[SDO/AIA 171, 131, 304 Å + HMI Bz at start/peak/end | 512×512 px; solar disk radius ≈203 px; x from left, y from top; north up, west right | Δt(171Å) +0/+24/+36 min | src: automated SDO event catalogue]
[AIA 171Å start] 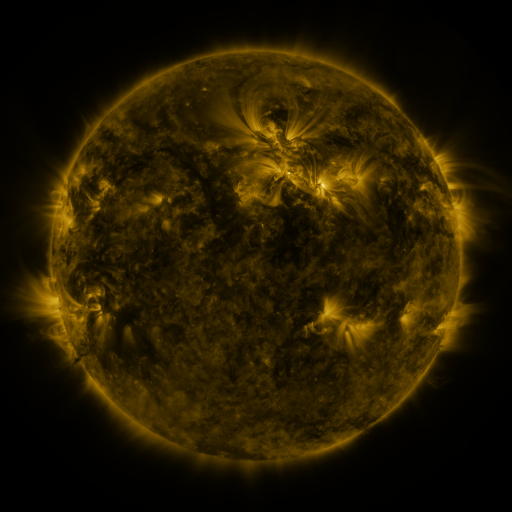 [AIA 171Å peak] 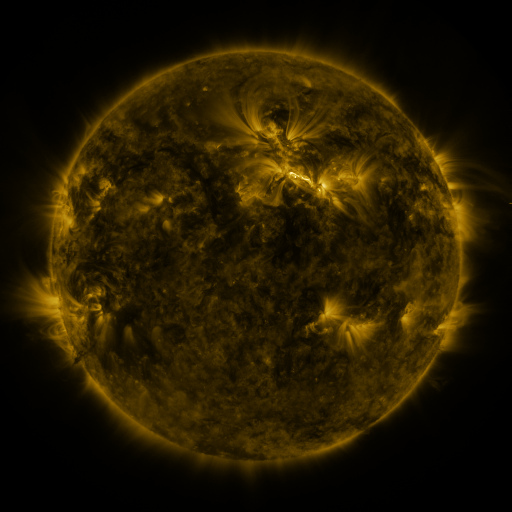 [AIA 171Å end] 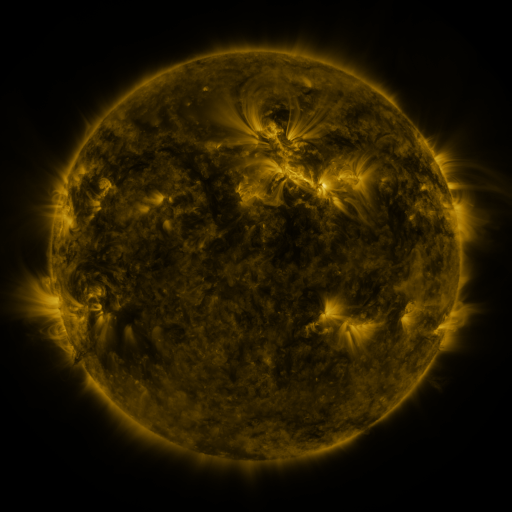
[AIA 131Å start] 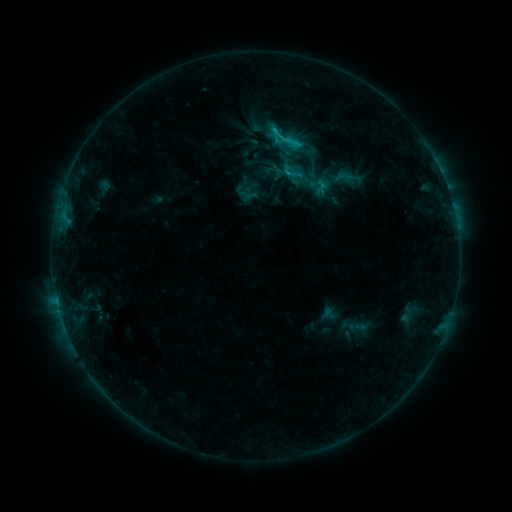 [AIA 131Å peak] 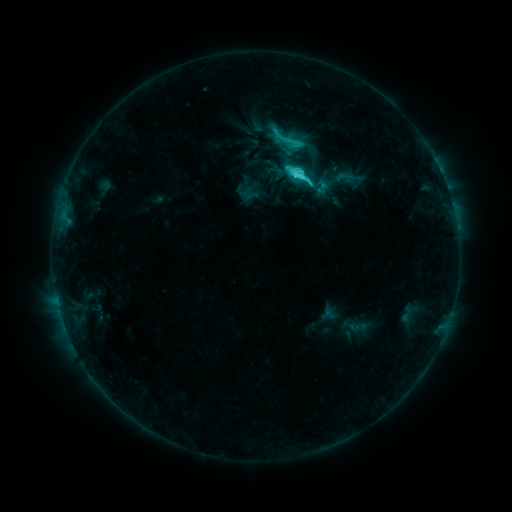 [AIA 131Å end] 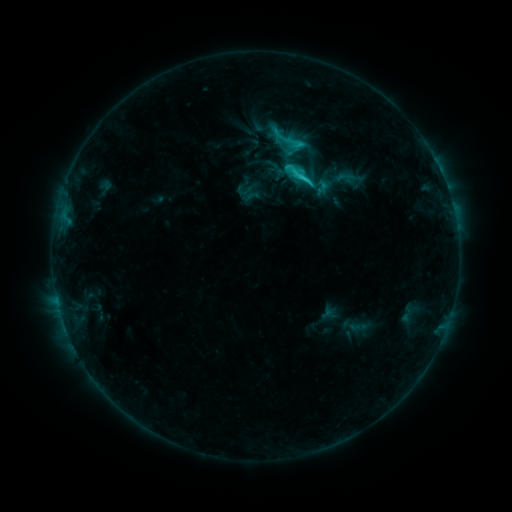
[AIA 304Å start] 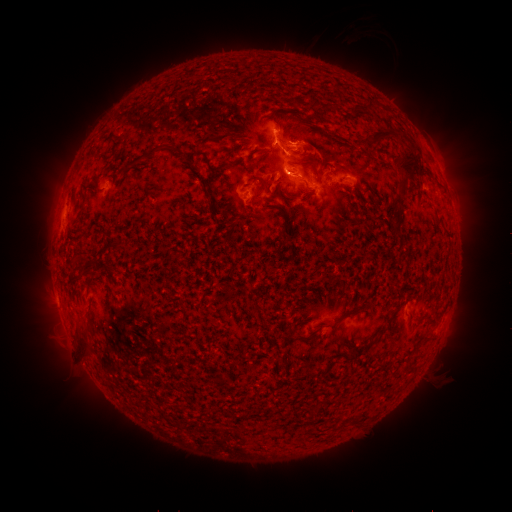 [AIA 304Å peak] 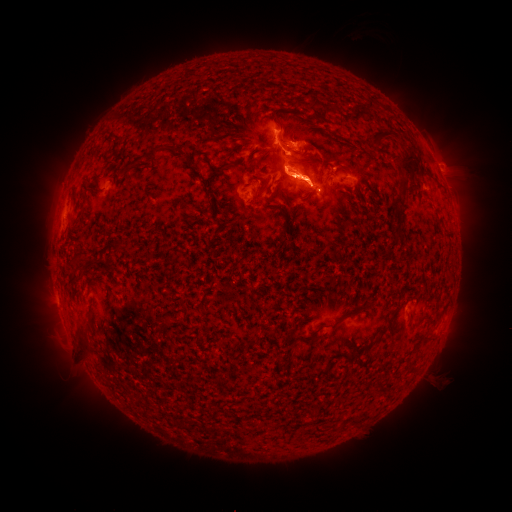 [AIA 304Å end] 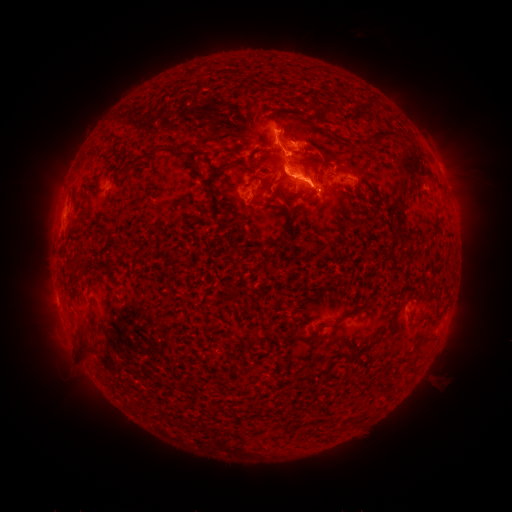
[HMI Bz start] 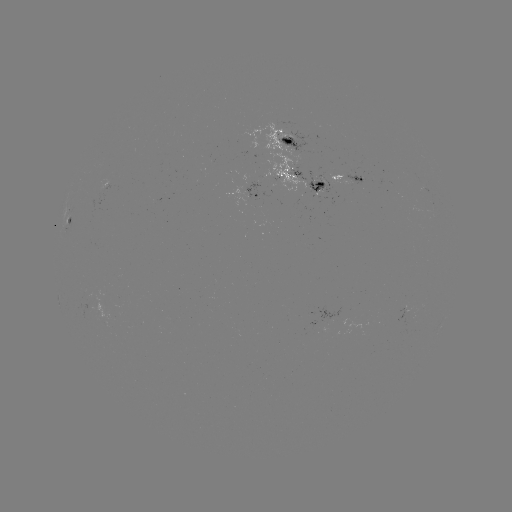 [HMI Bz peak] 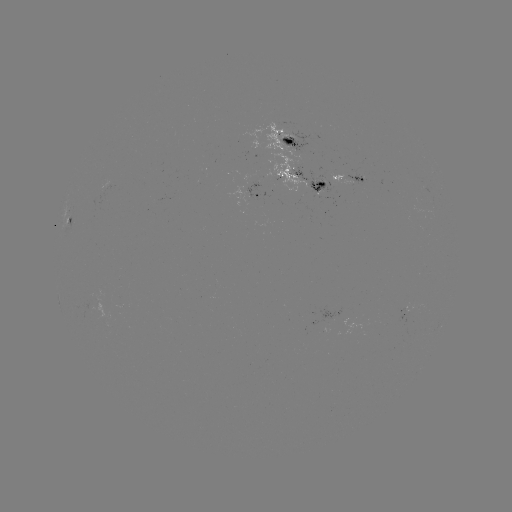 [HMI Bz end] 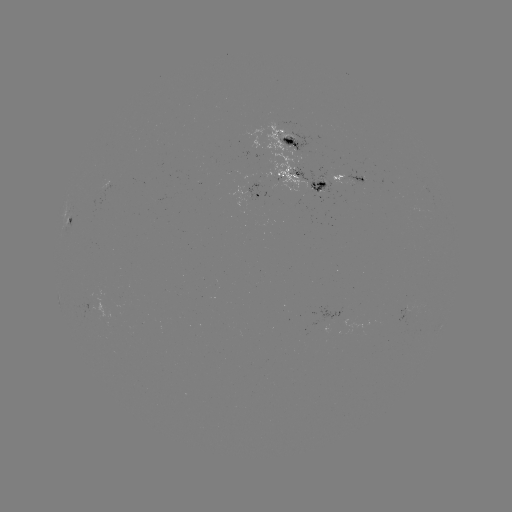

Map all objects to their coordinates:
C7.1 flare: (299, 179)
